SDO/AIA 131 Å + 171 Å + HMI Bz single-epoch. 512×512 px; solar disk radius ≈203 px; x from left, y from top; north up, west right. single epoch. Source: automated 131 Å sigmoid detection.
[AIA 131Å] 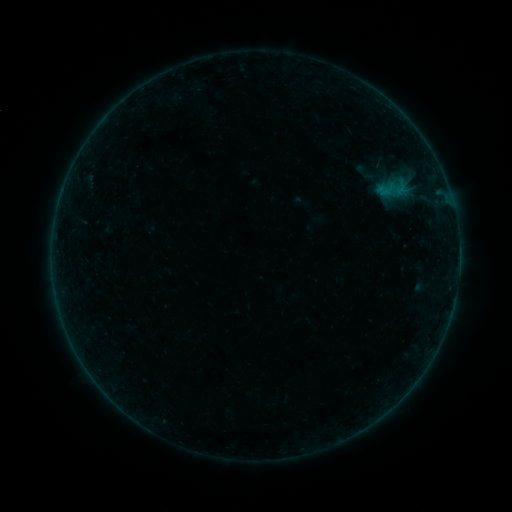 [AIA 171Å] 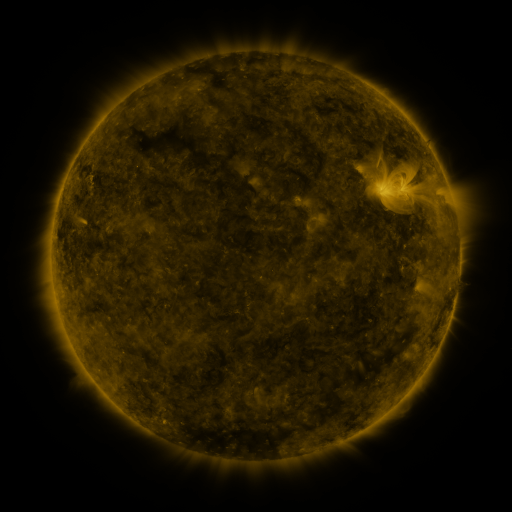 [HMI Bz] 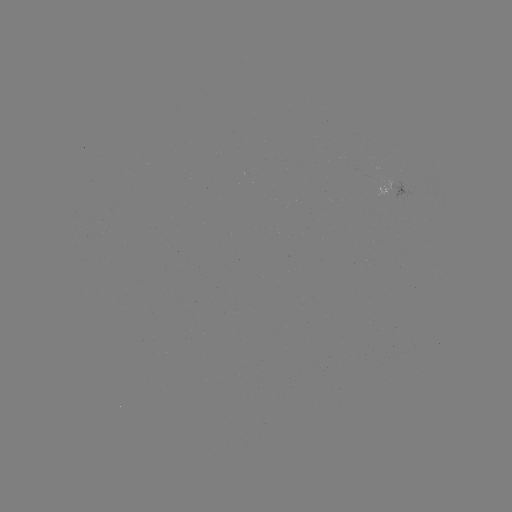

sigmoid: [349, 160, 383, 185]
